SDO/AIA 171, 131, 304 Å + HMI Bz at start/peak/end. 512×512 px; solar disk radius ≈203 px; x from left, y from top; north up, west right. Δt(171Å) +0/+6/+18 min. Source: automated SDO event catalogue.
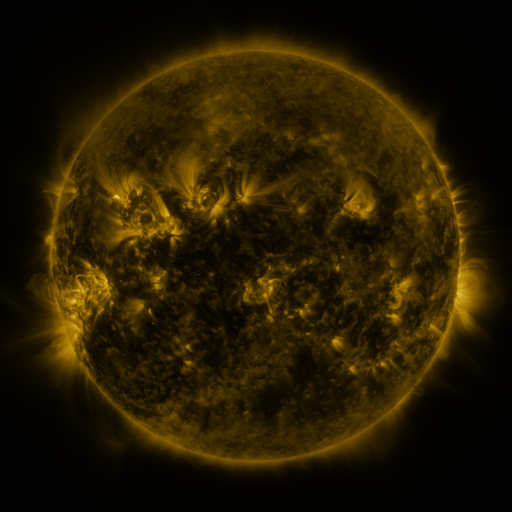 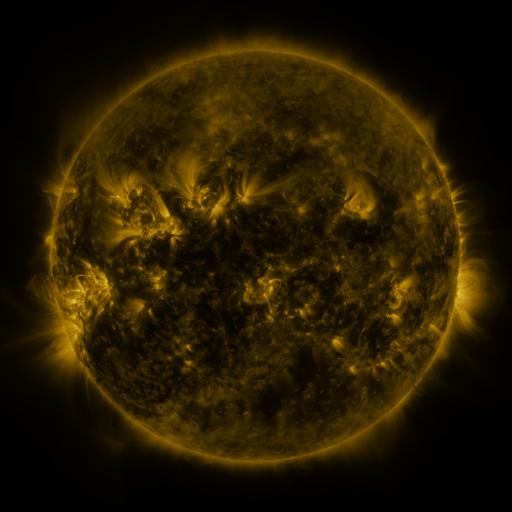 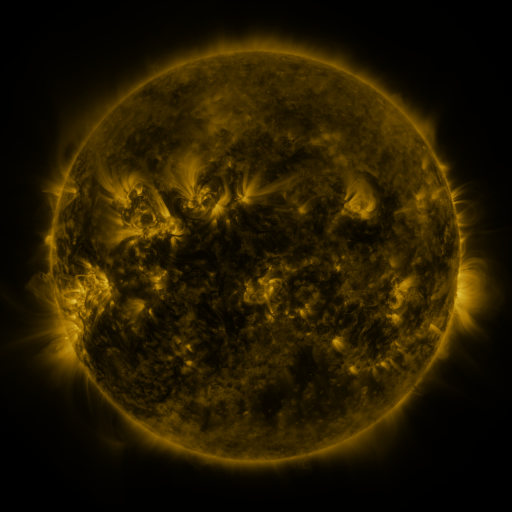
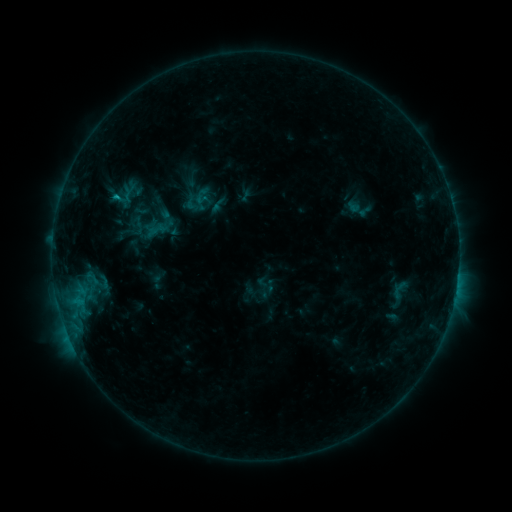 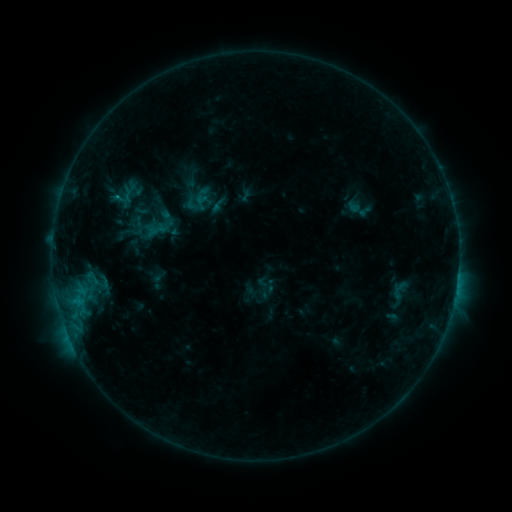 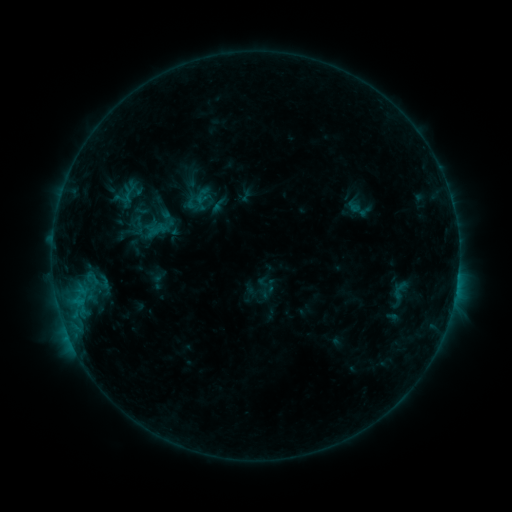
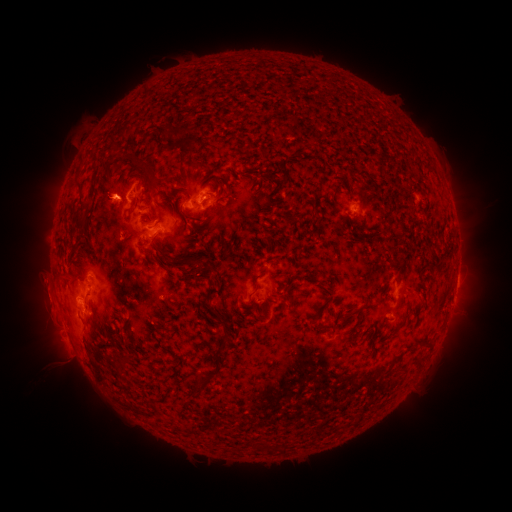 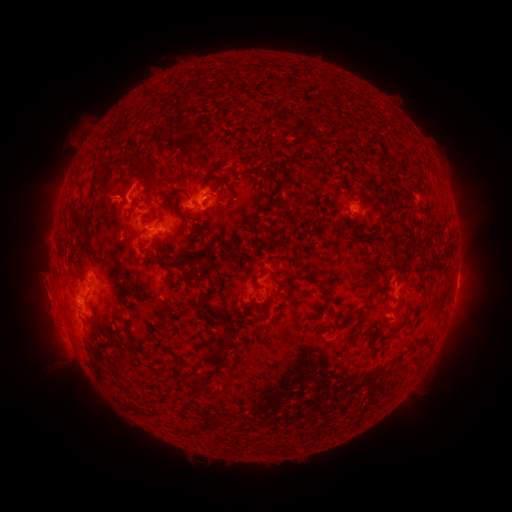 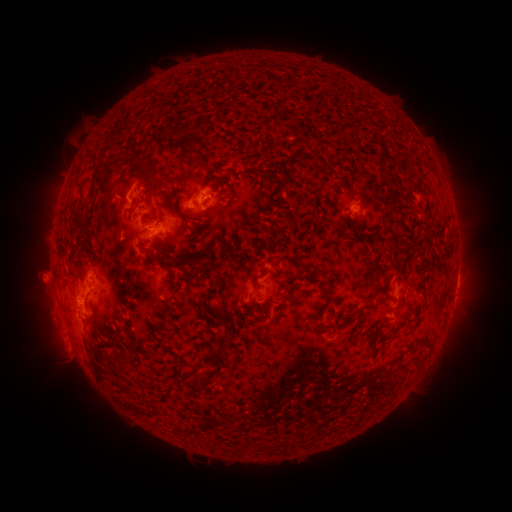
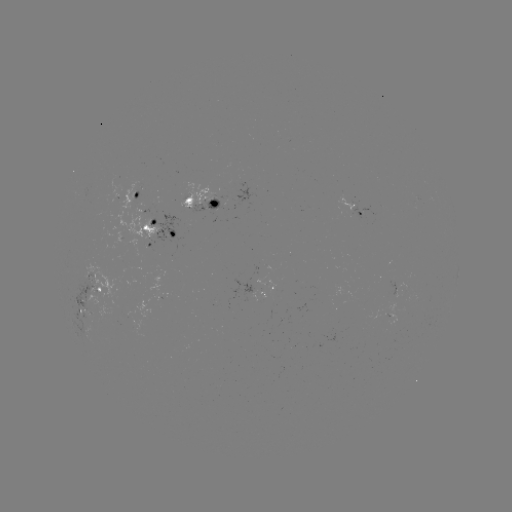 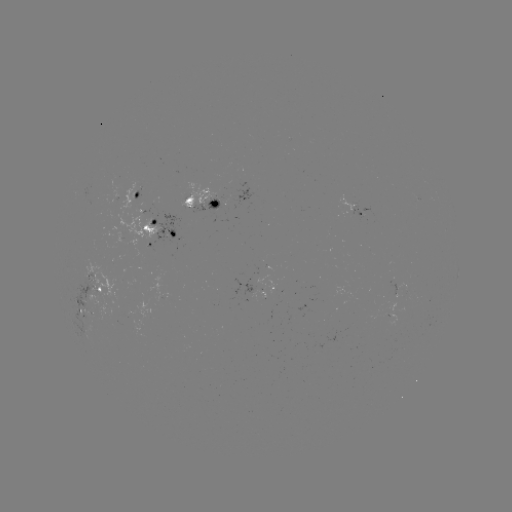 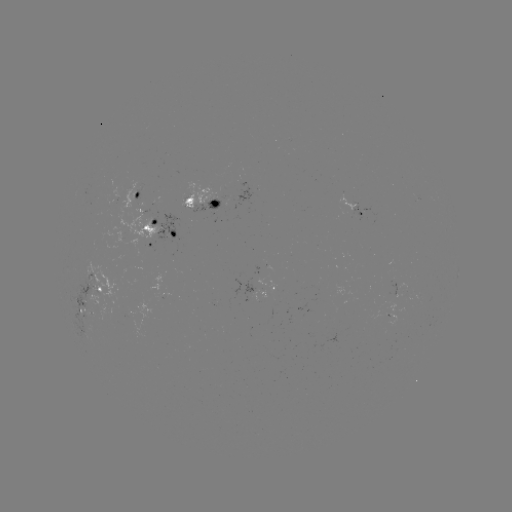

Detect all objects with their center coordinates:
eruption: (44, 288)
